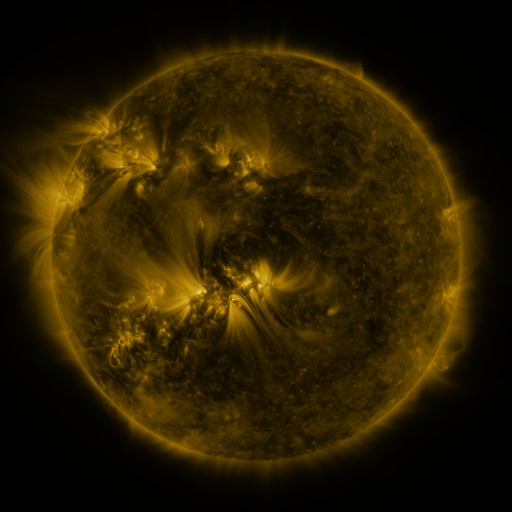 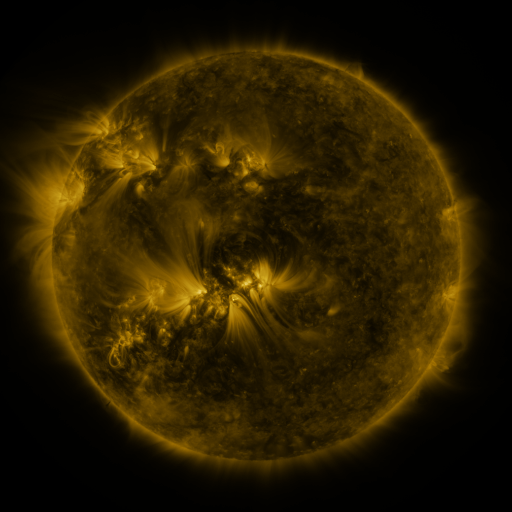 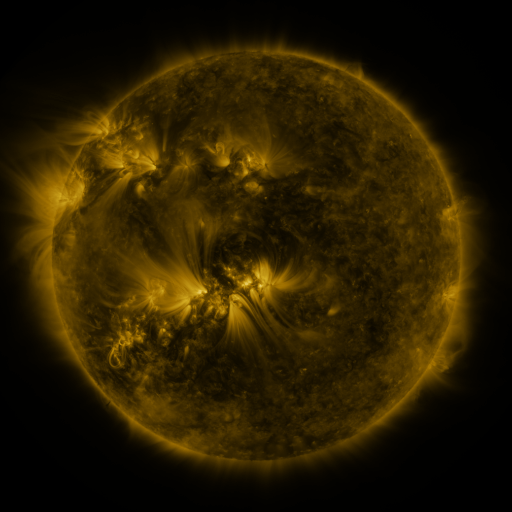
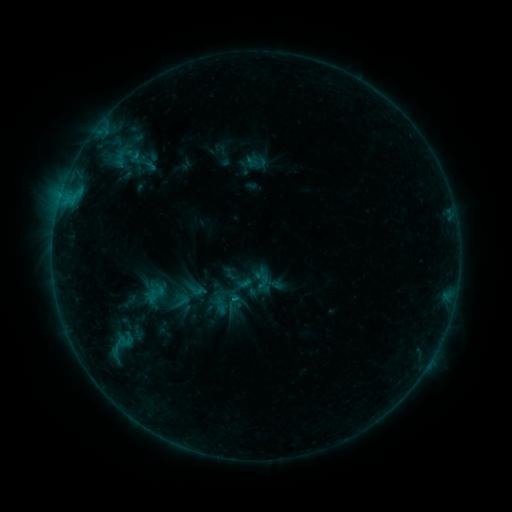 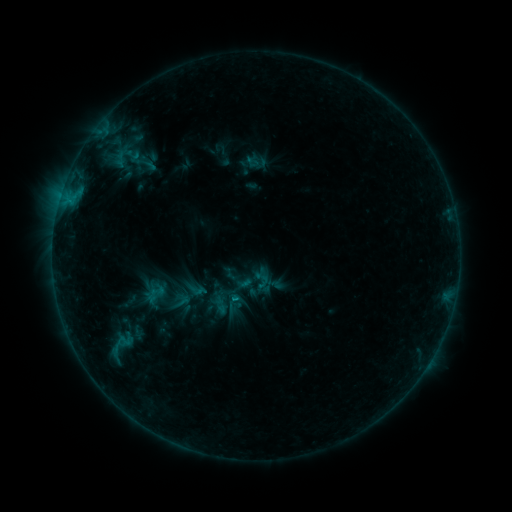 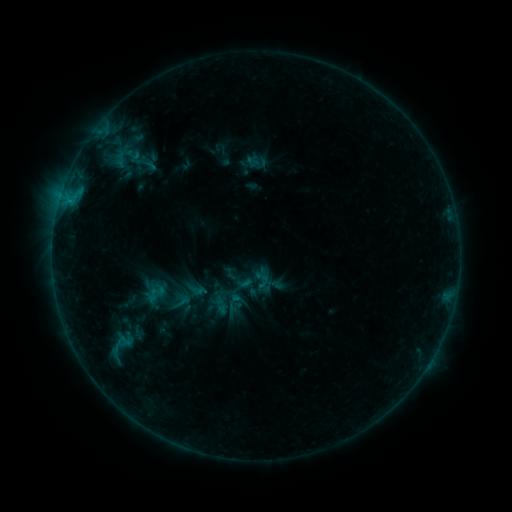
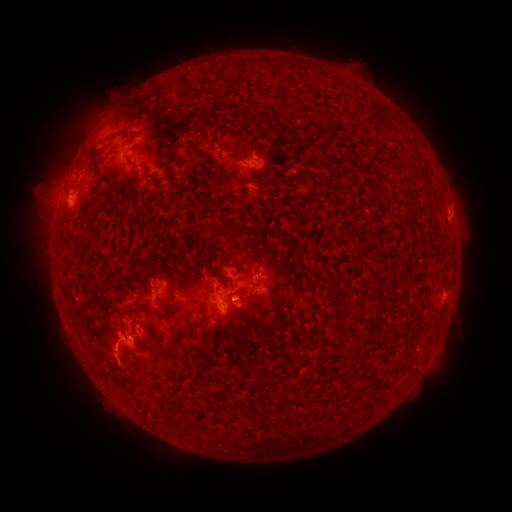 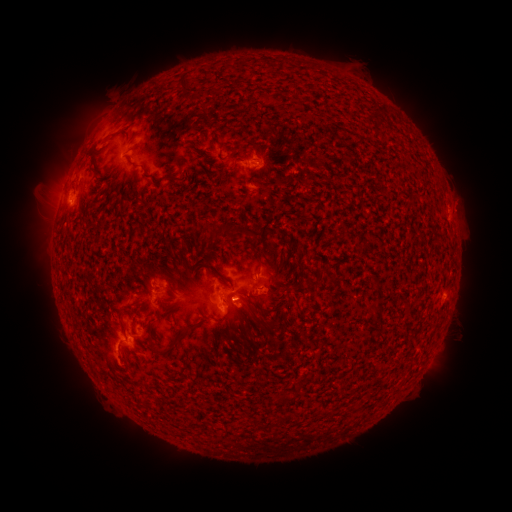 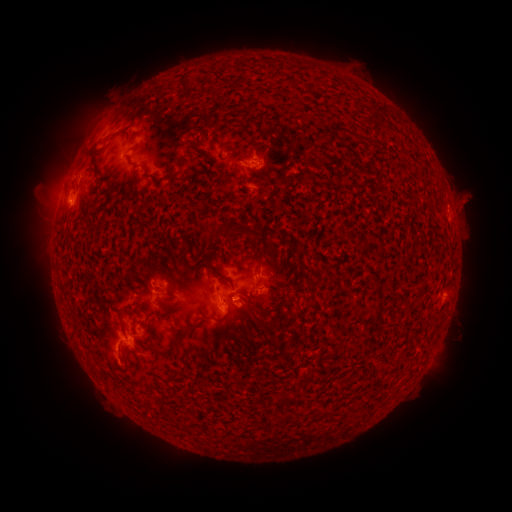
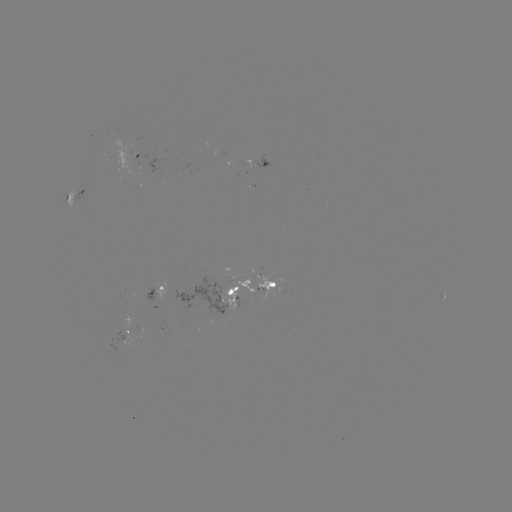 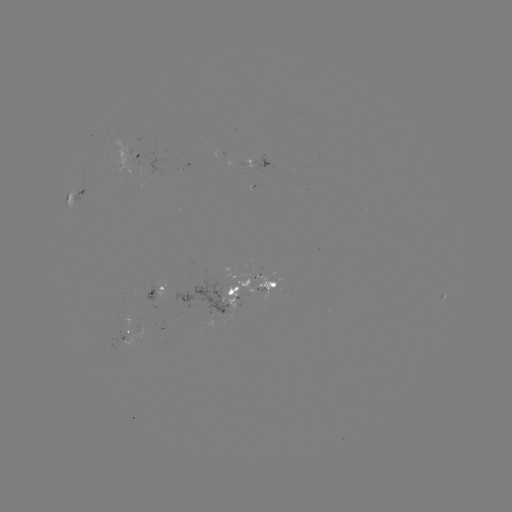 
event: flare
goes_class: B5.7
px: (235, 295)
